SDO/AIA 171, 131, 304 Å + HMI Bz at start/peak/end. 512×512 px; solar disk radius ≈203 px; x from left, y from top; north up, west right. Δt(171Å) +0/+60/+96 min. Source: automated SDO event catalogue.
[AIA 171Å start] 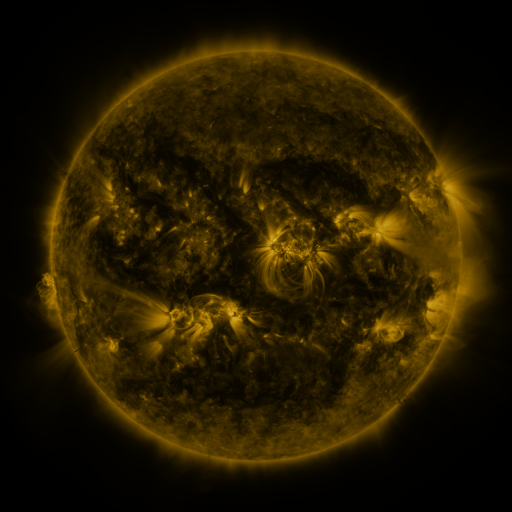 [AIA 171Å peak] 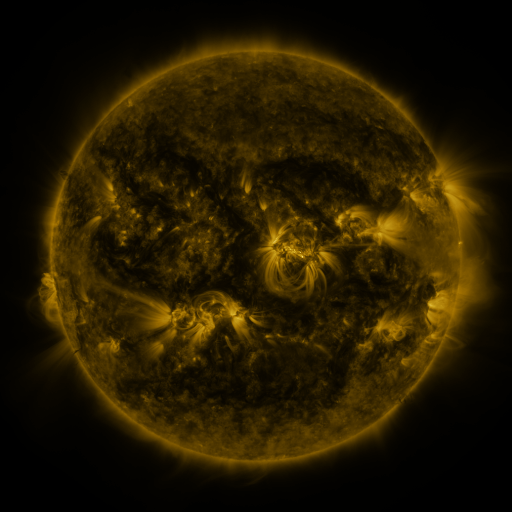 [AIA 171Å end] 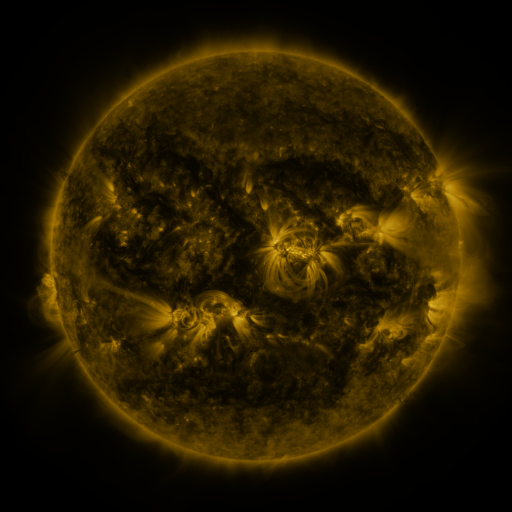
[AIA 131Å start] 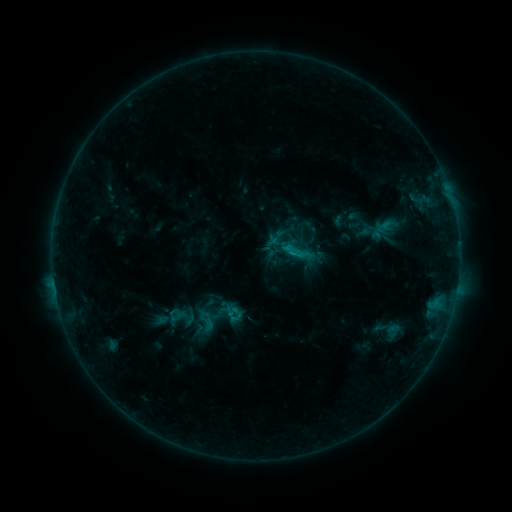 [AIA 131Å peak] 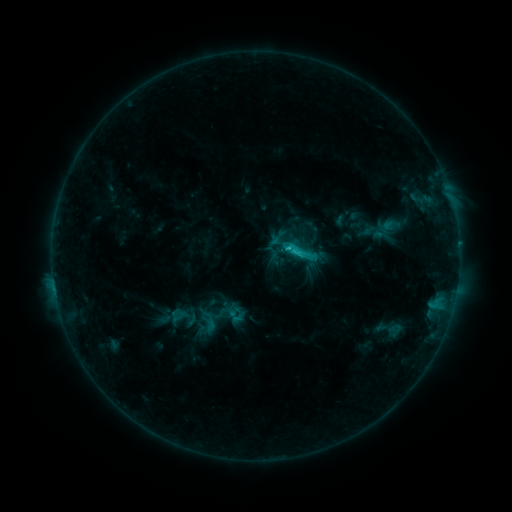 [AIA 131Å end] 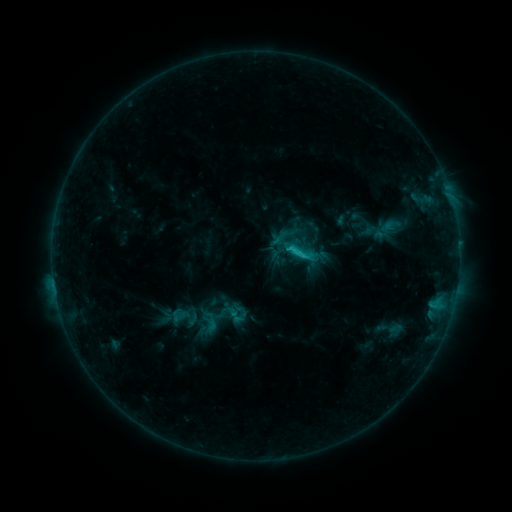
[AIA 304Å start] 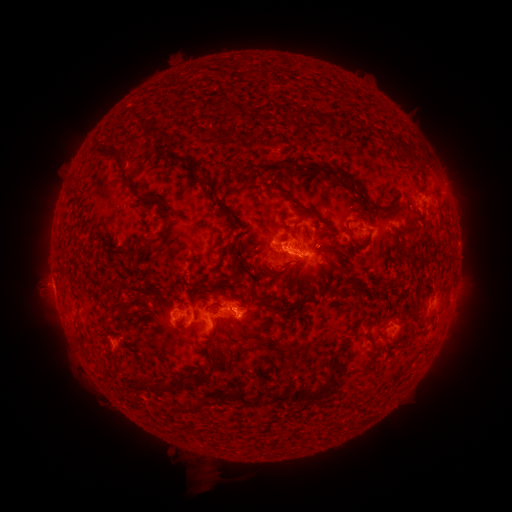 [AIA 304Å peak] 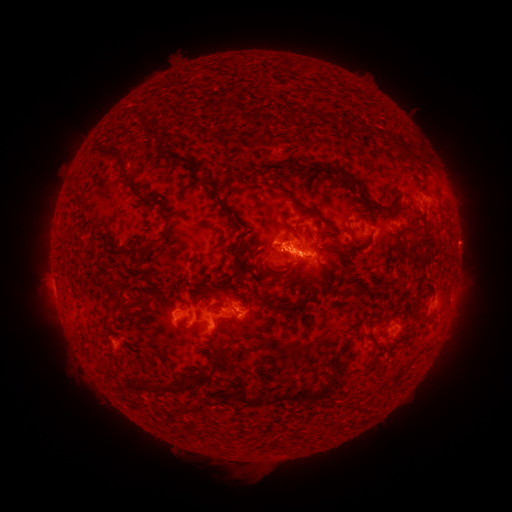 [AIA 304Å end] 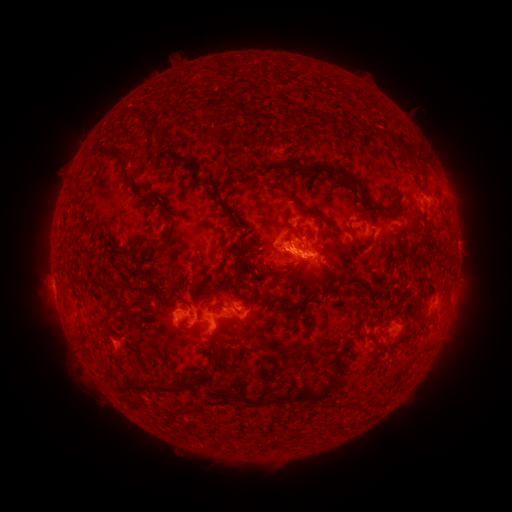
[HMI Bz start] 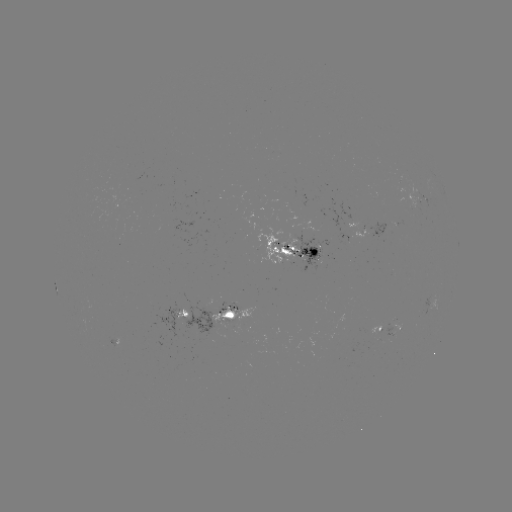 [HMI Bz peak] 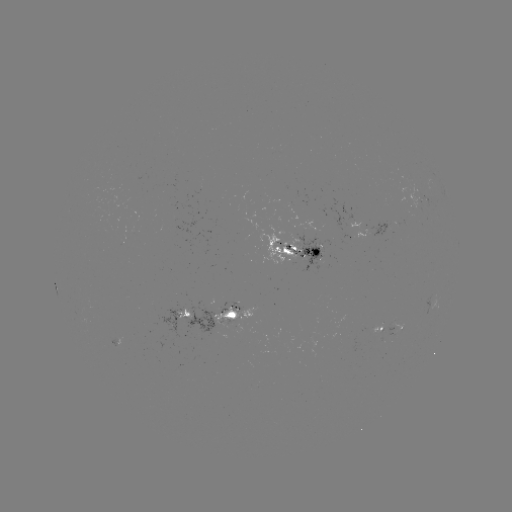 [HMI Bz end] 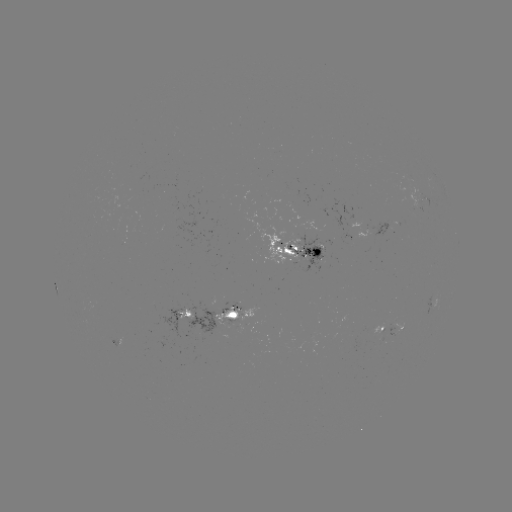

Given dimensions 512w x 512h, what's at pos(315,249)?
emerging-flux region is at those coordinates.